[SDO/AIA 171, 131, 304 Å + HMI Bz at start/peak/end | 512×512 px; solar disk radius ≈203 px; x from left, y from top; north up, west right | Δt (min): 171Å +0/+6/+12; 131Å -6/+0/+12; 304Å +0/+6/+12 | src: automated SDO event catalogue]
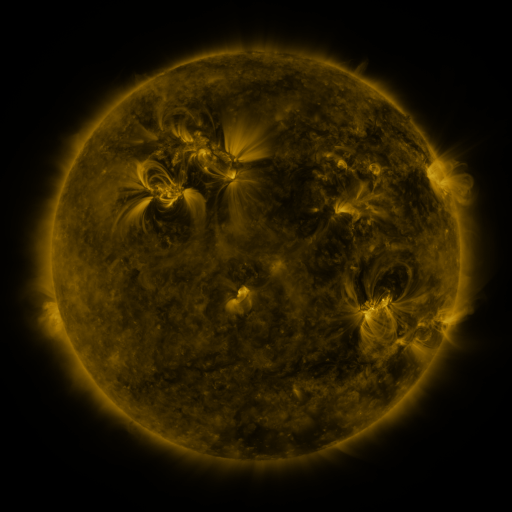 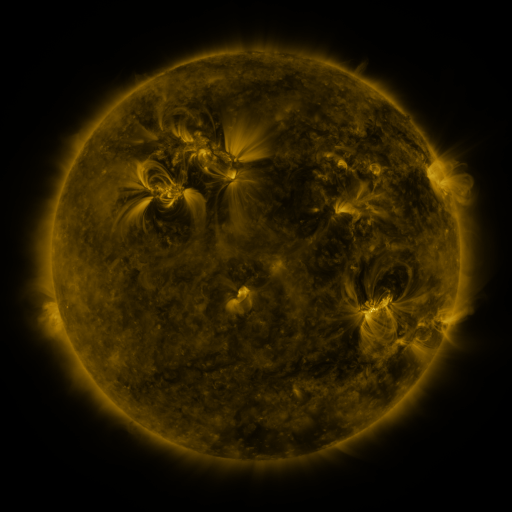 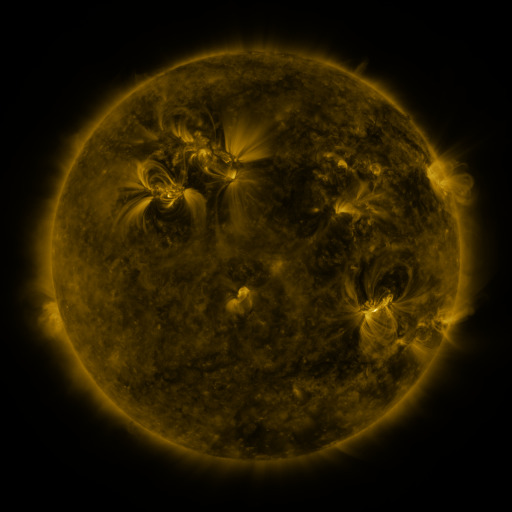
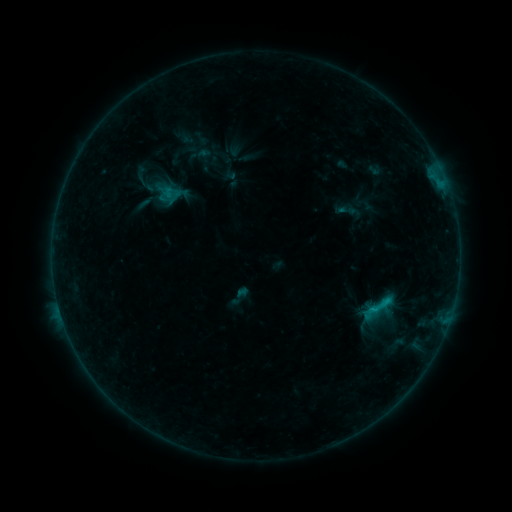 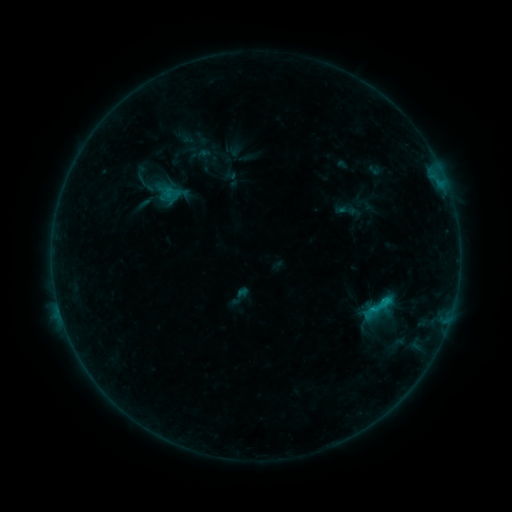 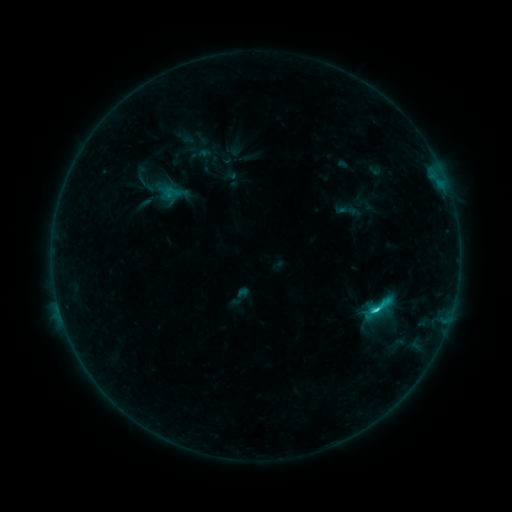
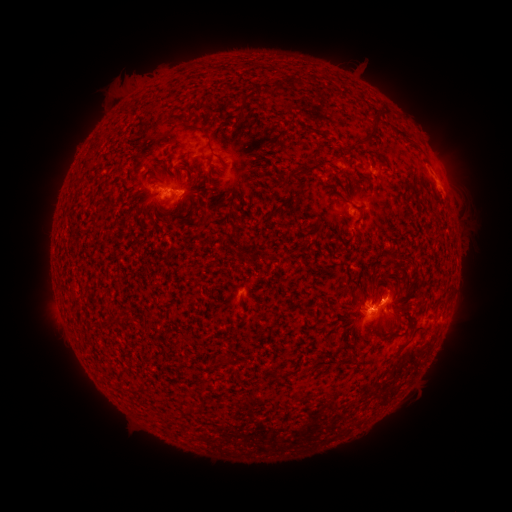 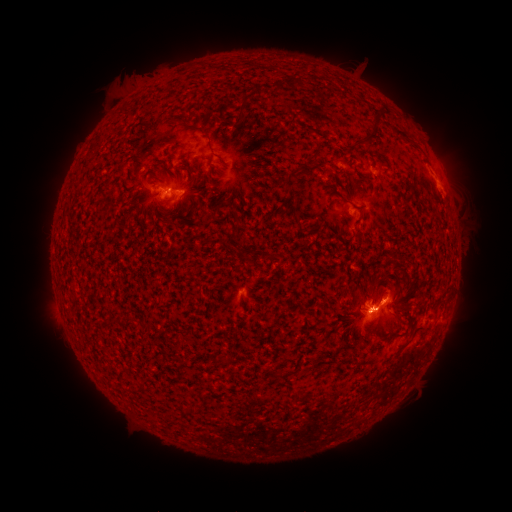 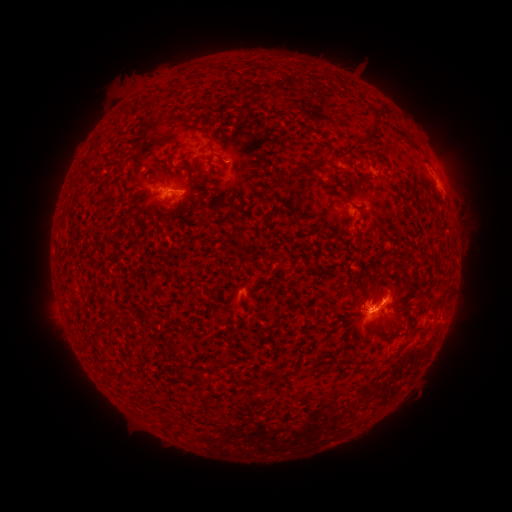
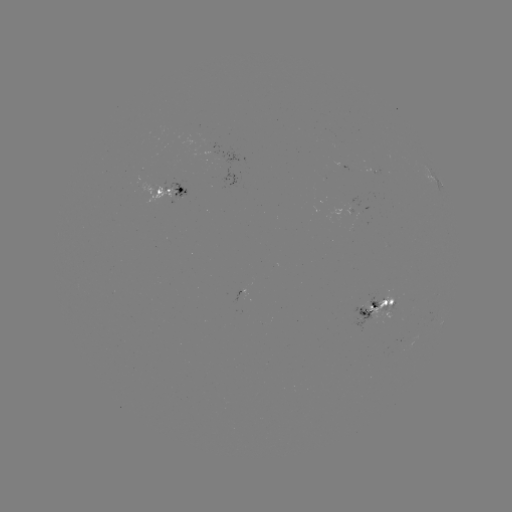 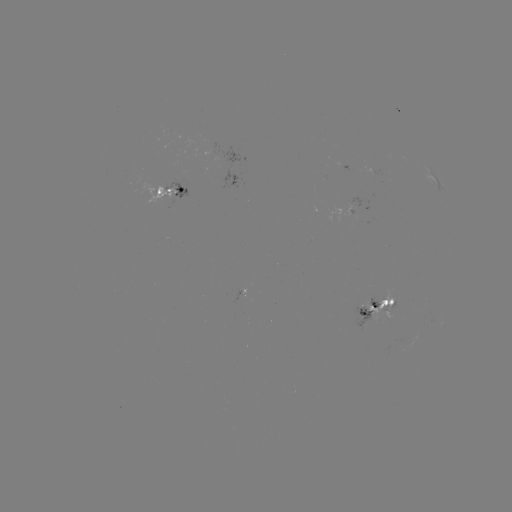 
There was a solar flare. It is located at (371, 306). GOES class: C6.1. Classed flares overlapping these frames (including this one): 1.